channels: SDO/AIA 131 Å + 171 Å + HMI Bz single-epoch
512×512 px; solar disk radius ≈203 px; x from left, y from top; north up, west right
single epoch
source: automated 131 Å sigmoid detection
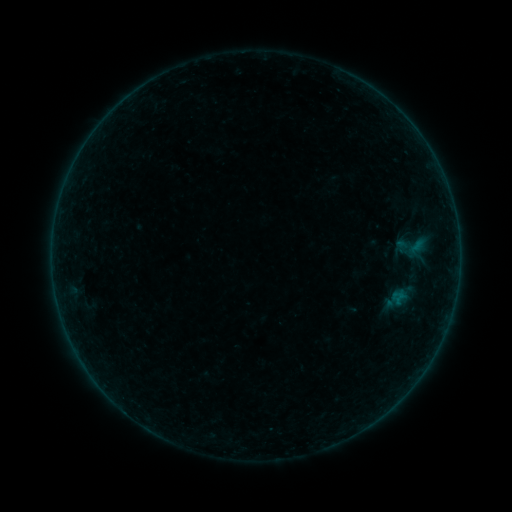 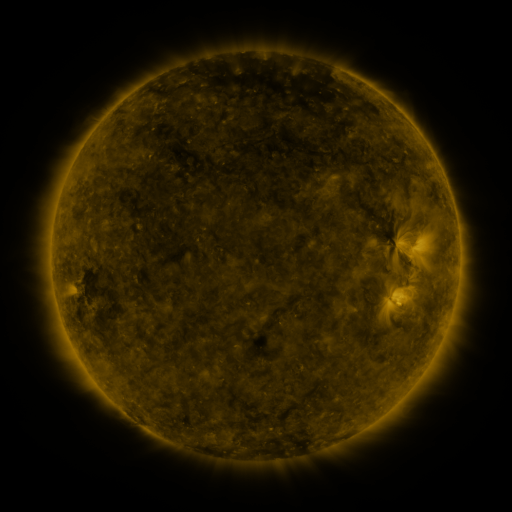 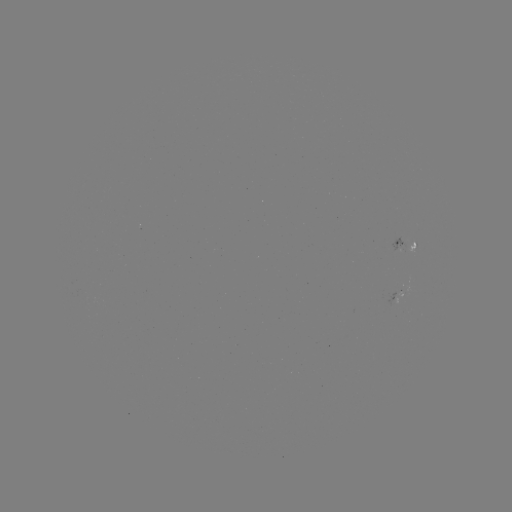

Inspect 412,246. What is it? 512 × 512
sigmoid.